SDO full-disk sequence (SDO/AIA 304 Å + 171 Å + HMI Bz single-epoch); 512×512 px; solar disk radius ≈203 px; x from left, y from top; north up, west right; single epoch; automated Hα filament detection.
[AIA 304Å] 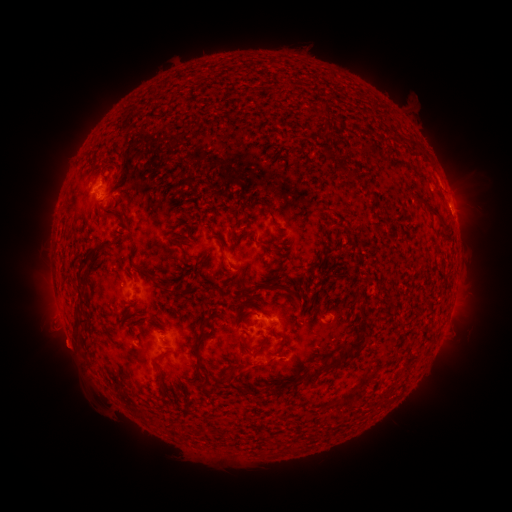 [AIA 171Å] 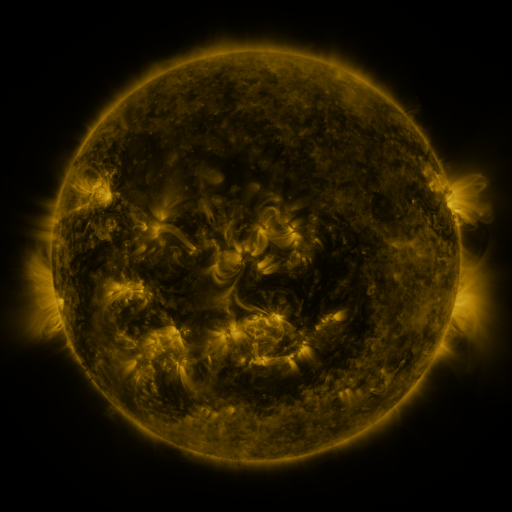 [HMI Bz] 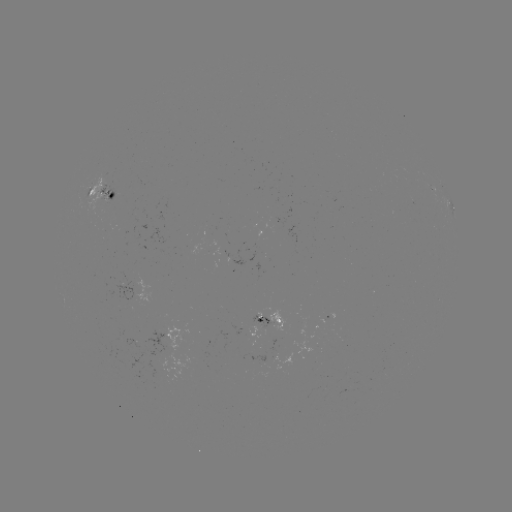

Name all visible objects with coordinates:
filament: (319, 104)
filament: (351, 127)
filament: (350, 175)
filament: (432, 207)
filament: (268, 212)
filament: (108, 215)
filament: (192, 233)
filament: (240, 236)
filament: (82, 265)
filament: (130, 275)
filament: (159, 285)
filament: (293, 292)
filament: (86, 305)
filament: (251, 313)
filament: (313, 313)
filament: (159, 323)
filament: (206, 324)
filament: (78, 330)
filament: (263, 344)
filament: (284, 344)
filament: (357, 344)
filament: (247, 346)
filament: (199, 351)
filament: (158, 361)
filament: (333, 365)
filament: (234, 378)
filament: (295, 380)
filament: (206, 382)
filament: (189, 387)
